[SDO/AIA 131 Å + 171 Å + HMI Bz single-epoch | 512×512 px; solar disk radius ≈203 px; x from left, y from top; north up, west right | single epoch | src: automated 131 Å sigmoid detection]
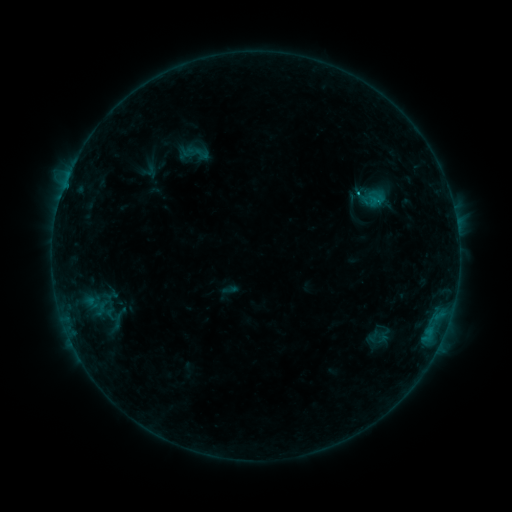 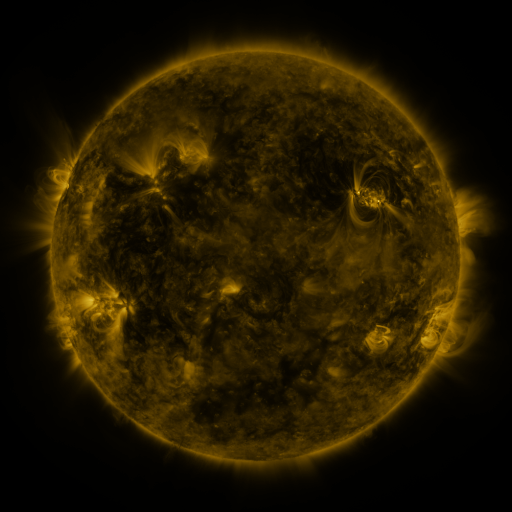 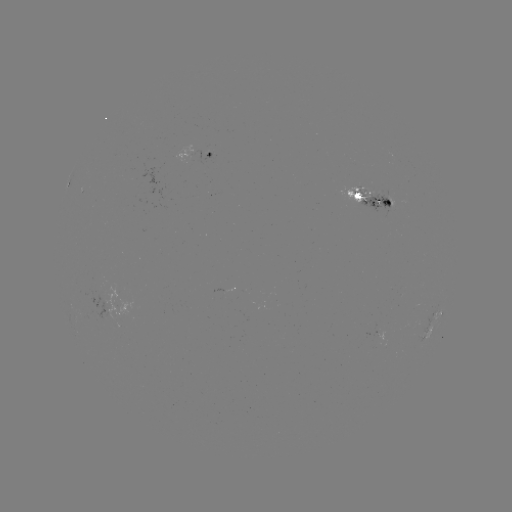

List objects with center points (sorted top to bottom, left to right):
sigmoid: (202, 154)
sigmoid: (378, 340)
